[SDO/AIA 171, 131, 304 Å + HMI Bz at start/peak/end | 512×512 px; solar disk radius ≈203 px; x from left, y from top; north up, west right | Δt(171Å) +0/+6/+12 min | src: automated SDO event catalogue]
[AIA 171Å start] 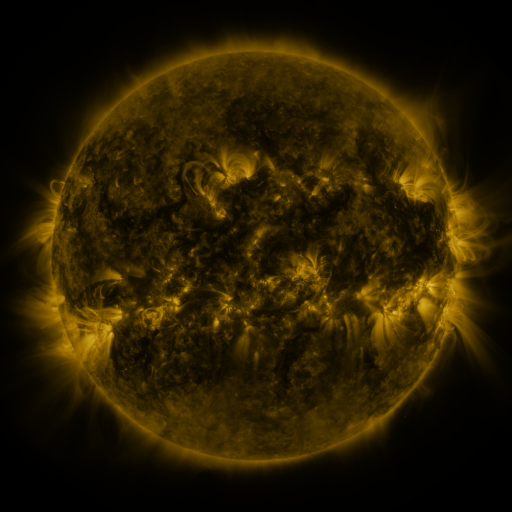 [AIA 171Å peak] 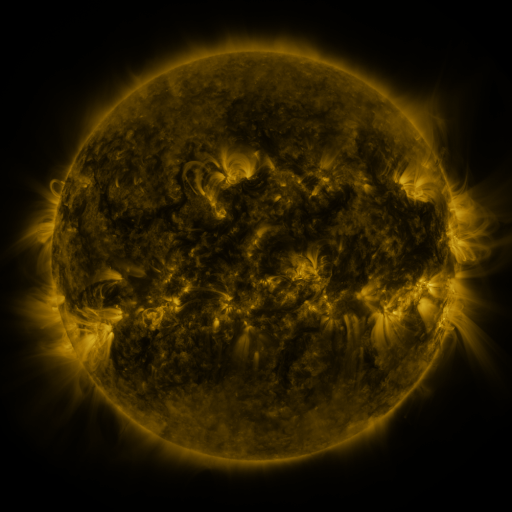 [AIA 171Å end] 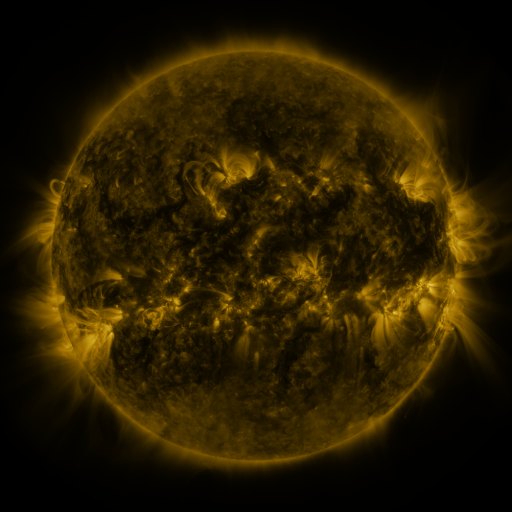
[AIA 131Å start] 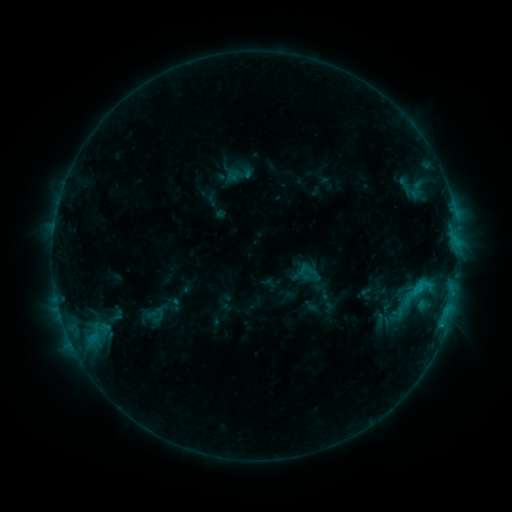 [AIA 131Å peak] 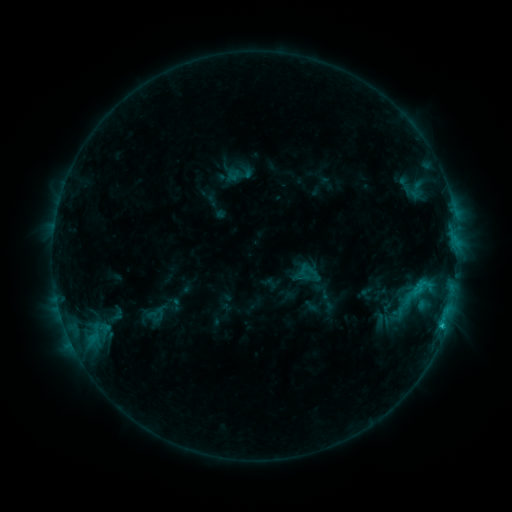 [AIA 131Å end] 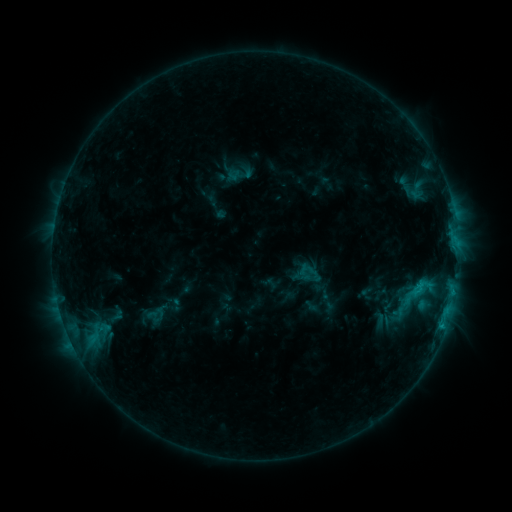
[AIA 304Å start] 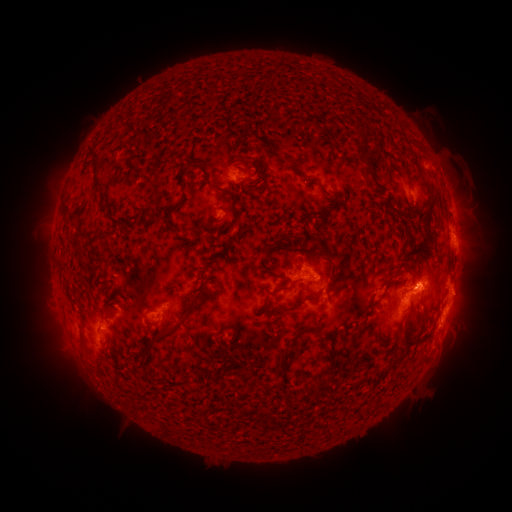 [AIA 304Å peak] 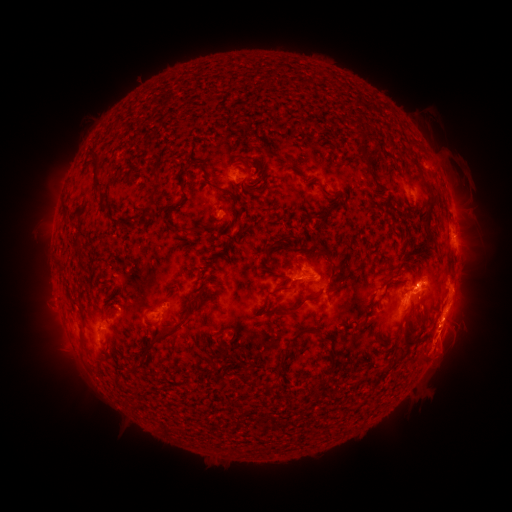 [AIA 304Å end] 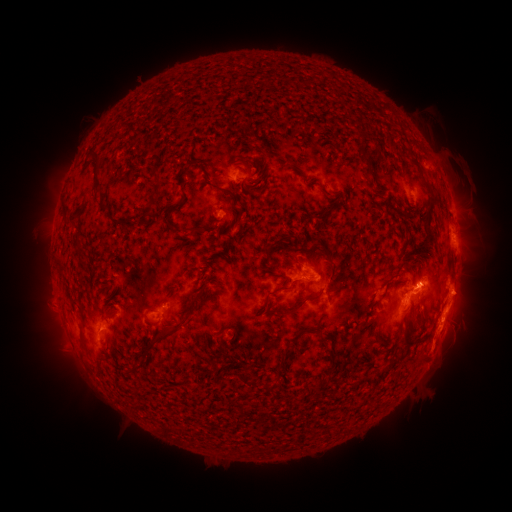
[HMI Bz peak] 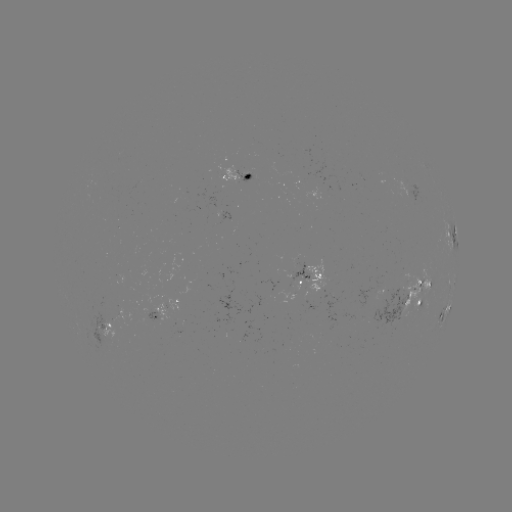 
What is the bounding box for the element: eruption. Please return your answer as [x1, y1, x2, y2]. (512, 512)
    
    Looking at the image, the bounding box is [419, 316, 470, 370].